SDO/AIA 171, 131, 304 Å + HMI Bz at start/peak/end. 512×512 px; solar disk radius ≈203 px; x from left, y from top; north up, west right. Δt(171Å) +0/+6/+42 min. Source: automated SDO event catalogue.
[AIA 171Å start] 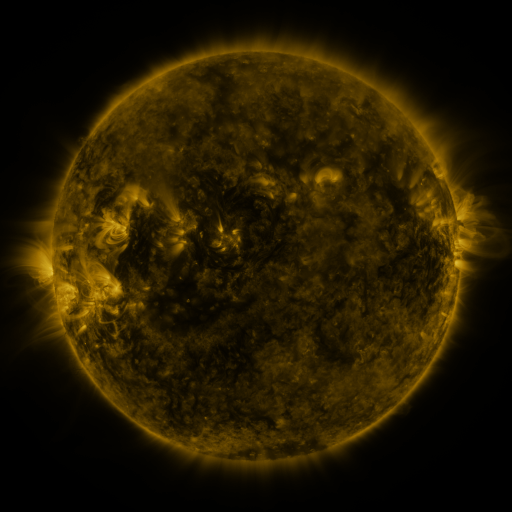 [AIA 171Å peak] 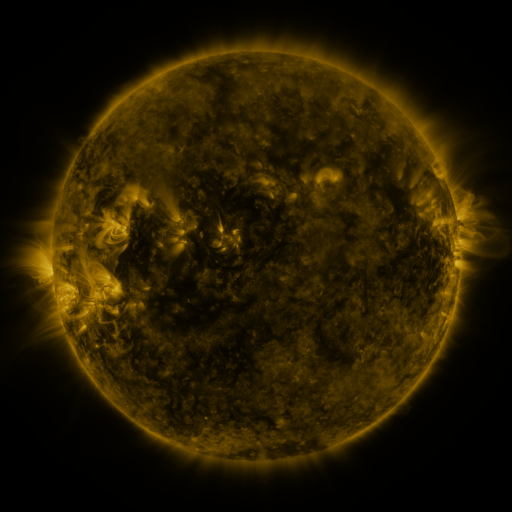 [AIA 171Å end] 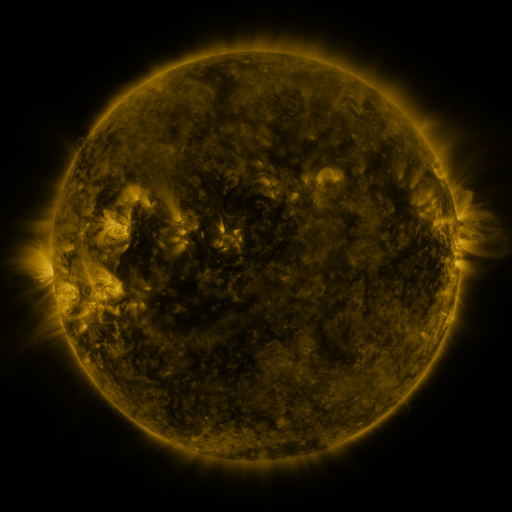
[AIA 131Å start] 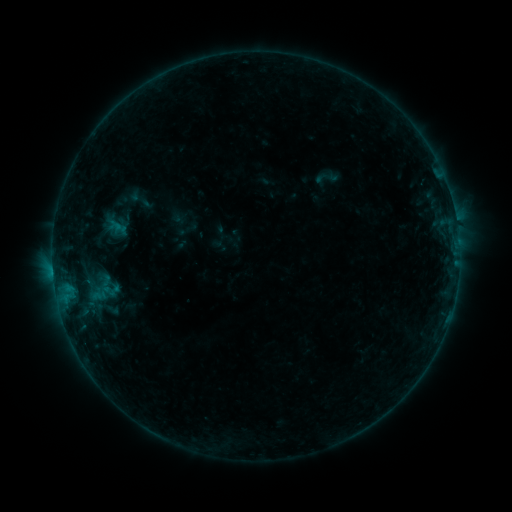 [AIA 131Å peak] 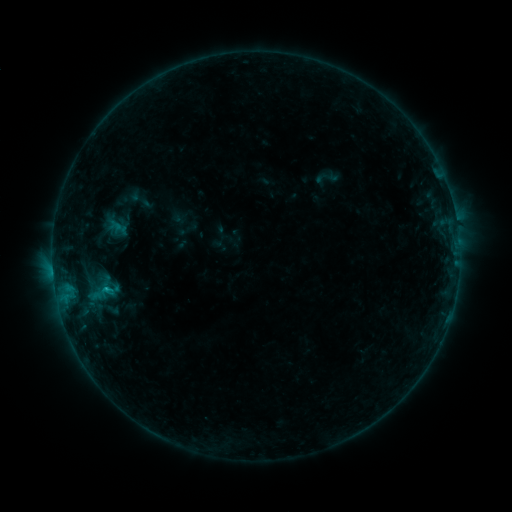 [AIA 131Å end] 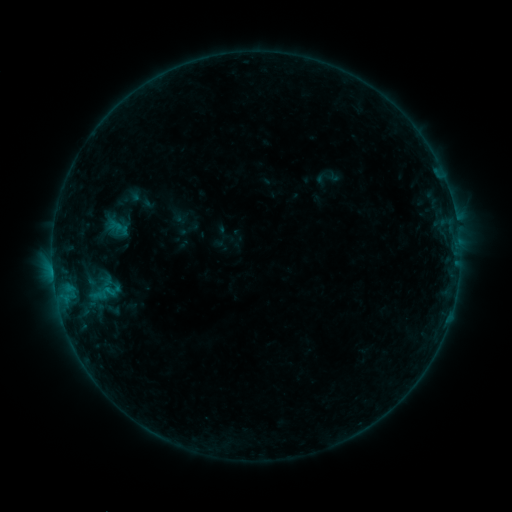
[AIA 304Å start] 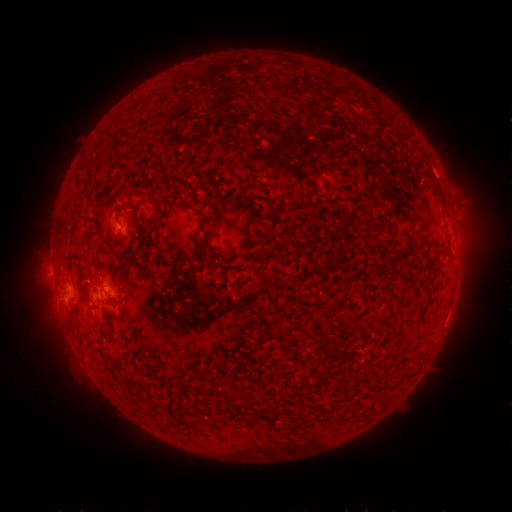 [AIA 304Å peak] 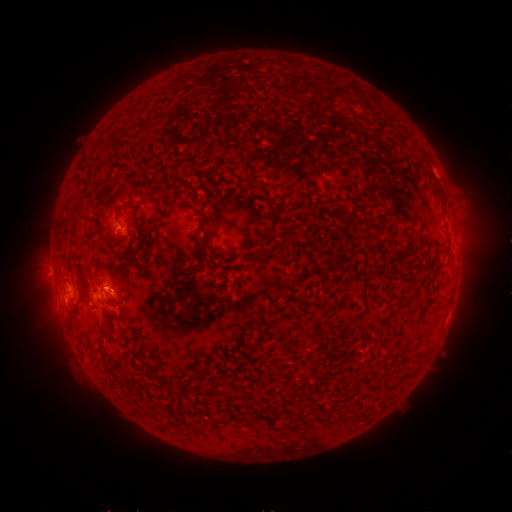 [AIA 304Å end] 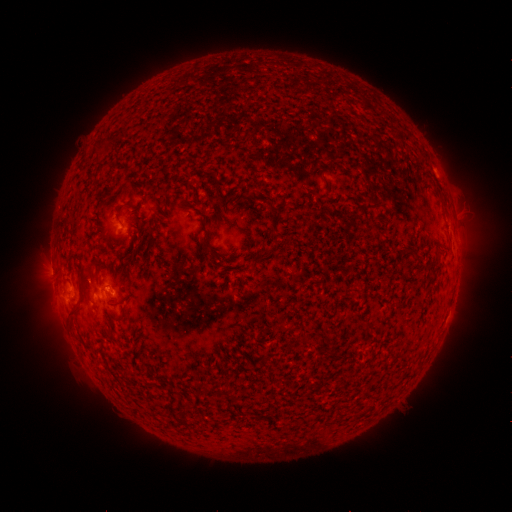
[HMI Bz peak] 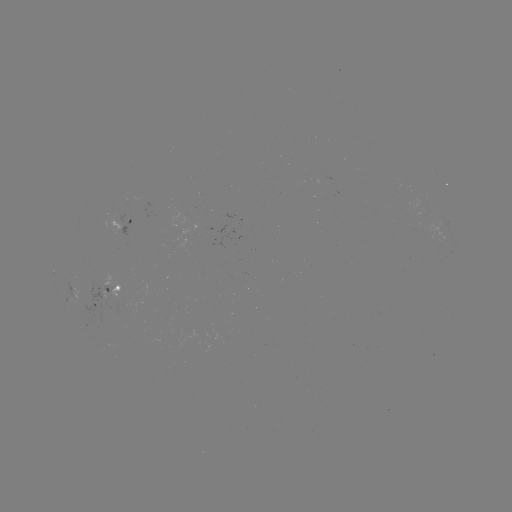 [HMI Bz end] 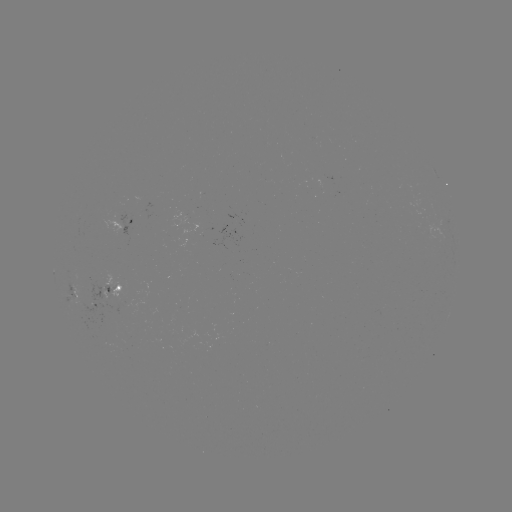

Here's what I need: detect B7.5 flare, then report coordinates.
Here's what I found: B7.5 flare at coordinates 108,288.